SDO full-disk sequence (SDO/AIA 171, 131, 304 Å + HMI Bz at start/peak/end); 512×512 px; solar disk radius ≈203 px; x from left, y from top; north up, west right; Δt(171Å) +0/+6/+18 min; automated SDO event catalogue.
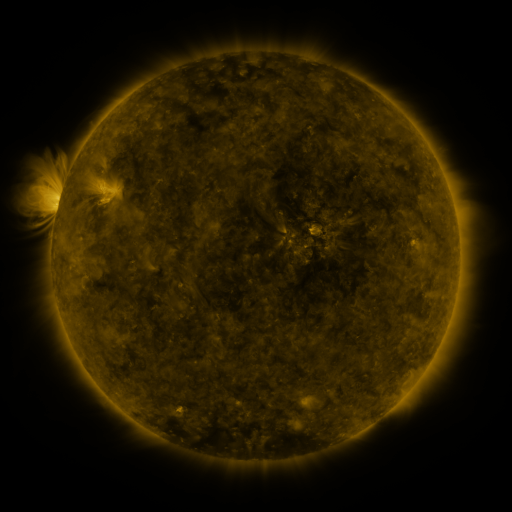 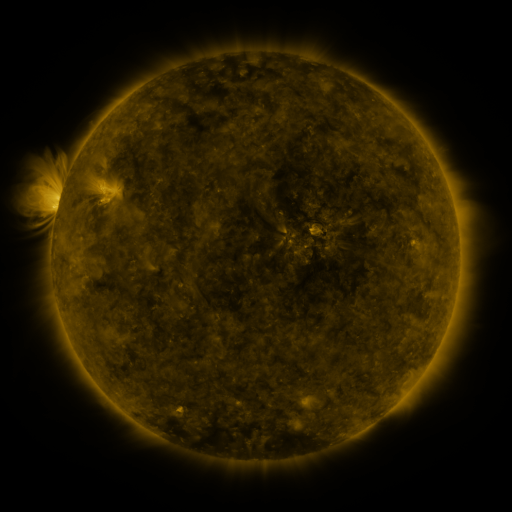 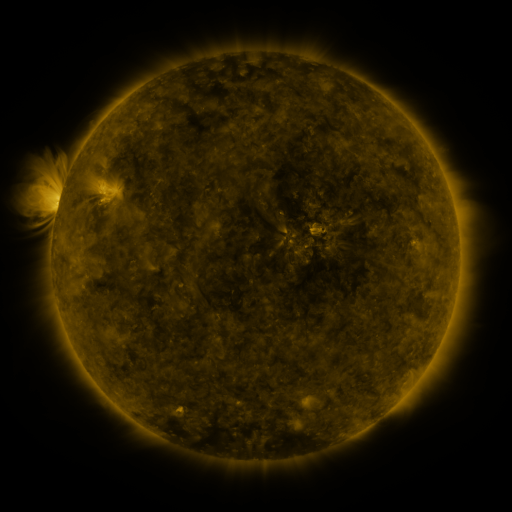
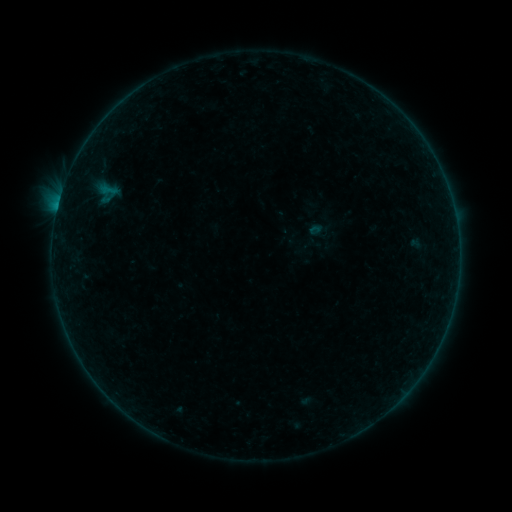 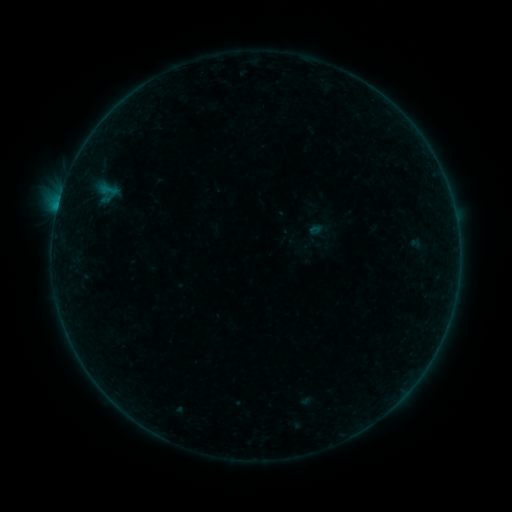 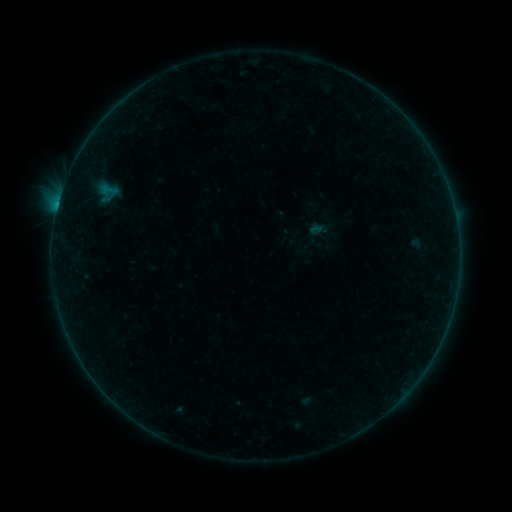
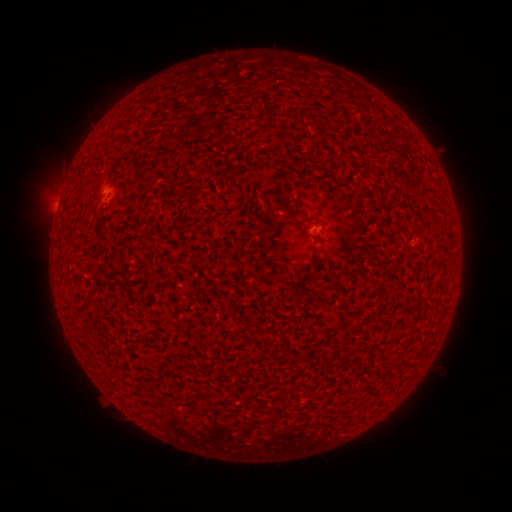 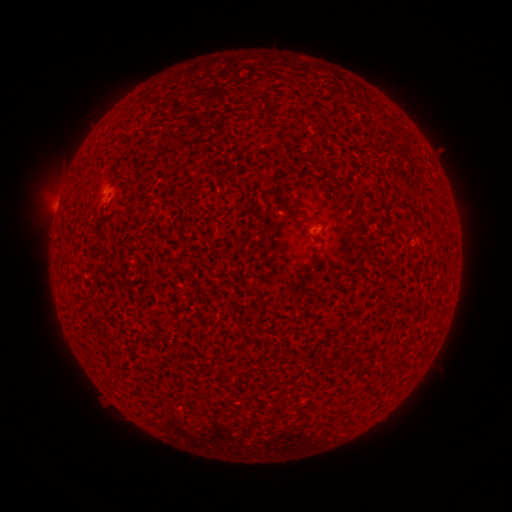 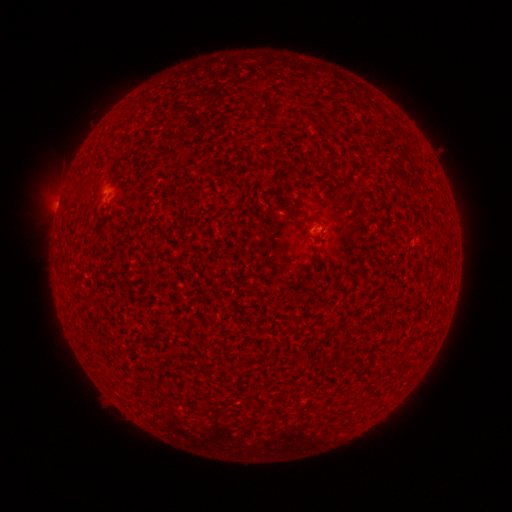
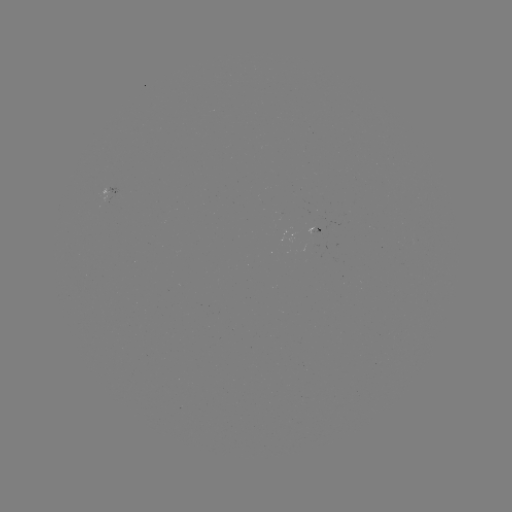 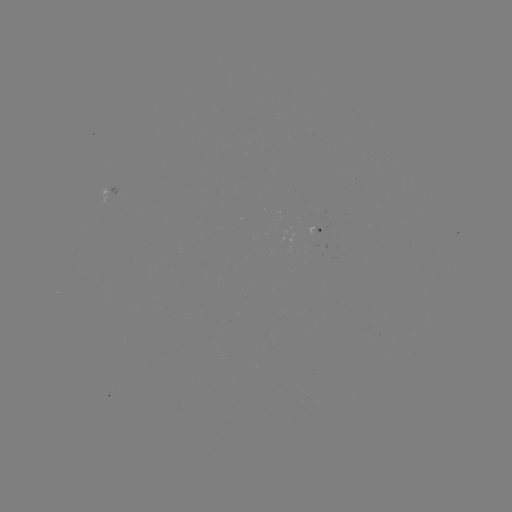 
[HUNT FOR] B2.3 flare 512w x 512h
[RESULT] [58, 206]